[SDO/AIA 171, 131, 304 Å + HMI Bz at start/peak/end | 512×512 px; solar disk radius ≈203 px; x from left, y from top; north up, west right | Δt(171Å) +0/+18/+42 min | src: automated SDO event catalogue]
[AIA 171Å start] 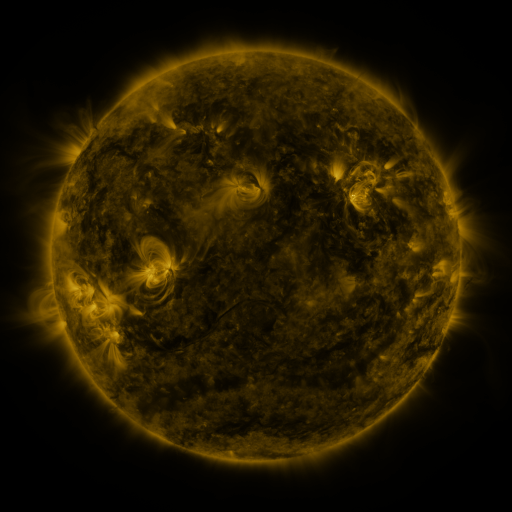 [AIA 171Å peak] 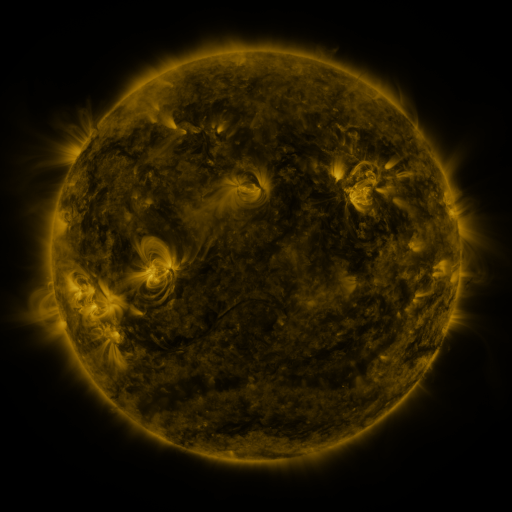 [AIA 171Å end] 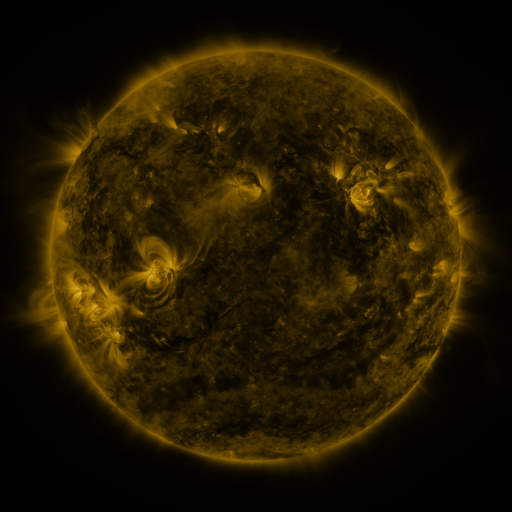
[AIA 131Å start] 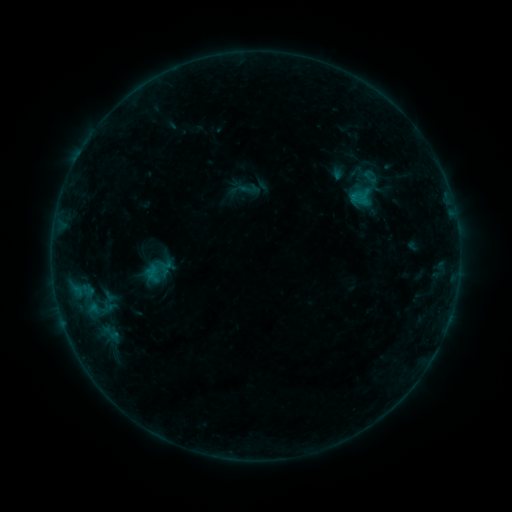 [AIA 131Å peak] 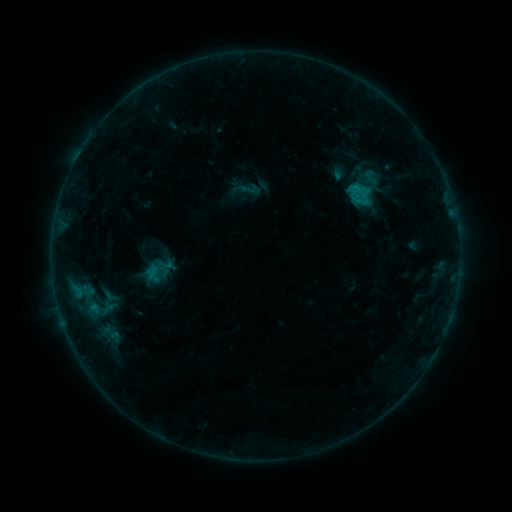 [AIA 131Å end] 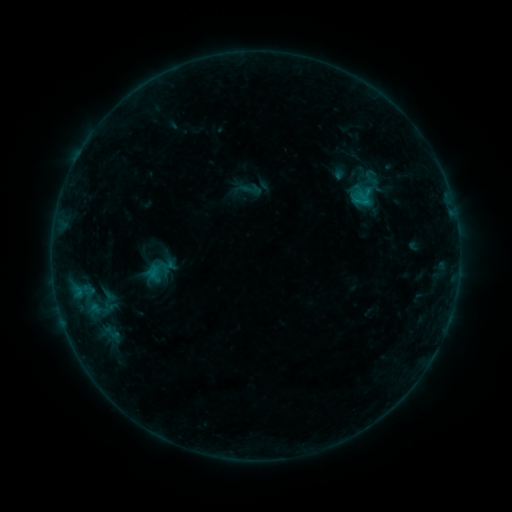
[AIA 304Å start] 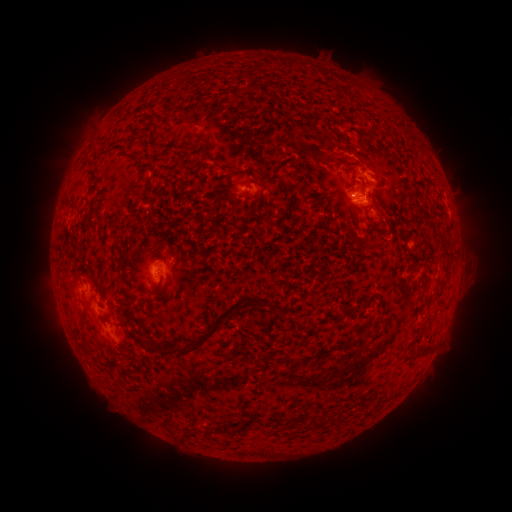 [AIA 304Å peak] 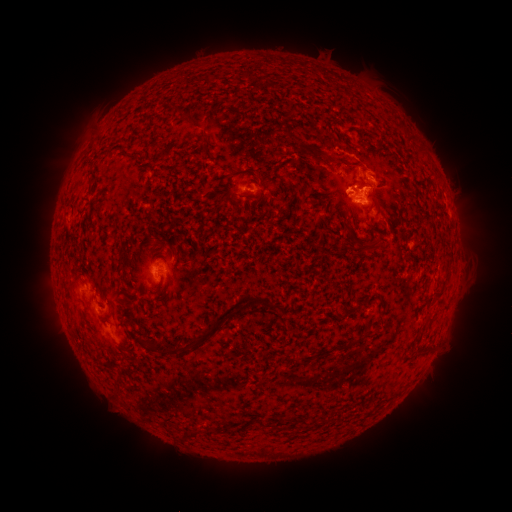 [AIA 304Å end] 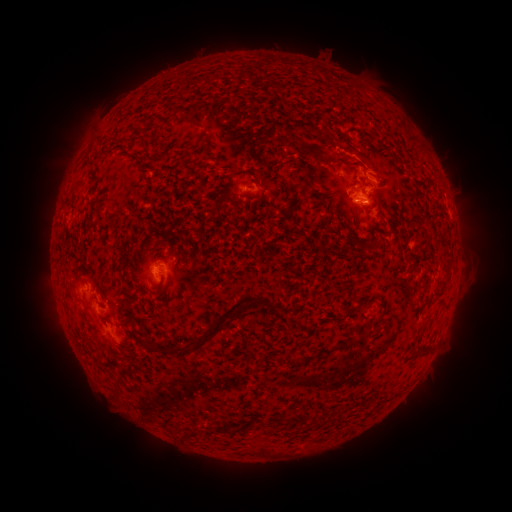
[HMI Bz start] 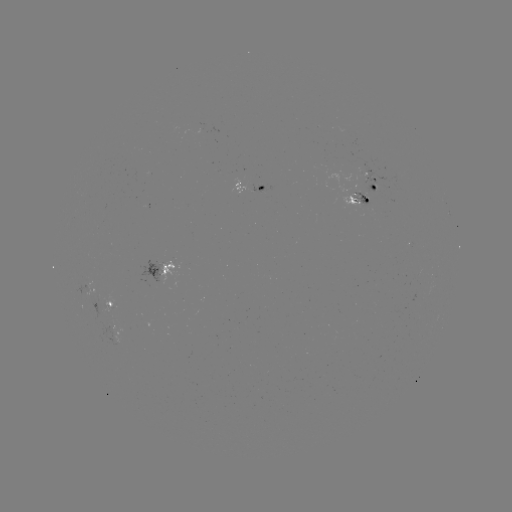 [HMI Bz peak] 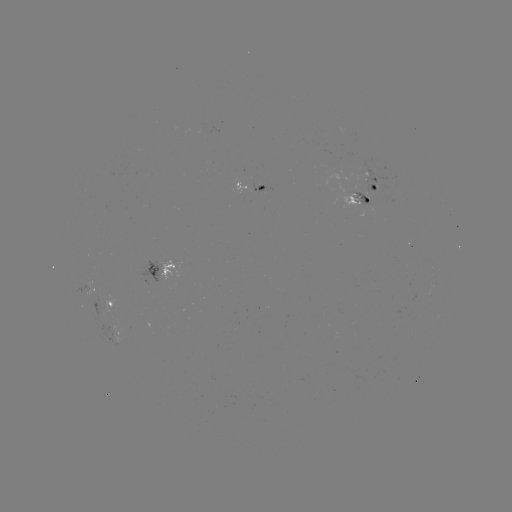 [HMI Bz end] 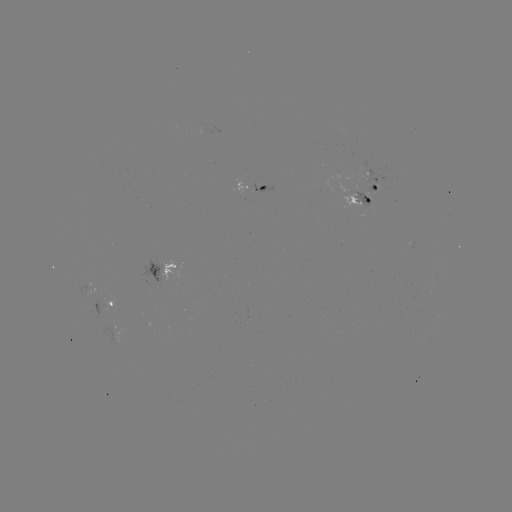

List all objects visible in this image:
B6.9 flare: (355, 189)
